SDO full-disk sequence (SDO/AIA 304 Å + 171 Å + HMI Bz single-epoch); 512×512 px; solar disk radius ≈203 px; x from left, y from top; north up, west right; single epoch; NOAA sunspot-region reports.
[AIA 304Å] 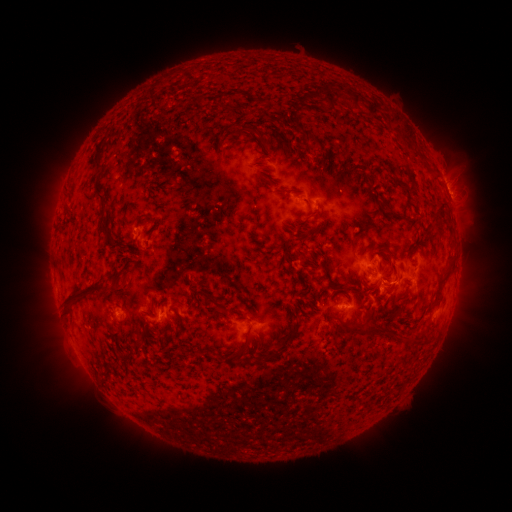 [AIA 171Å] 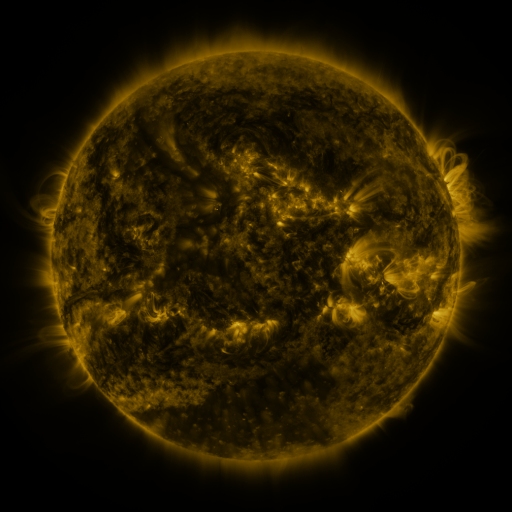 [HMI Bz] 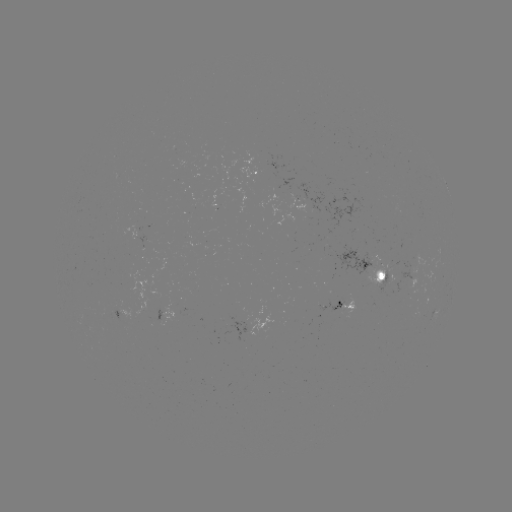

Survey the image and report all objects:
spotted active region: (259, 174)
spotted active region: (449, 194)
spotted active region: (374, 272)
spotted active region: (348, 305)
spotted active region: (123, 312)
